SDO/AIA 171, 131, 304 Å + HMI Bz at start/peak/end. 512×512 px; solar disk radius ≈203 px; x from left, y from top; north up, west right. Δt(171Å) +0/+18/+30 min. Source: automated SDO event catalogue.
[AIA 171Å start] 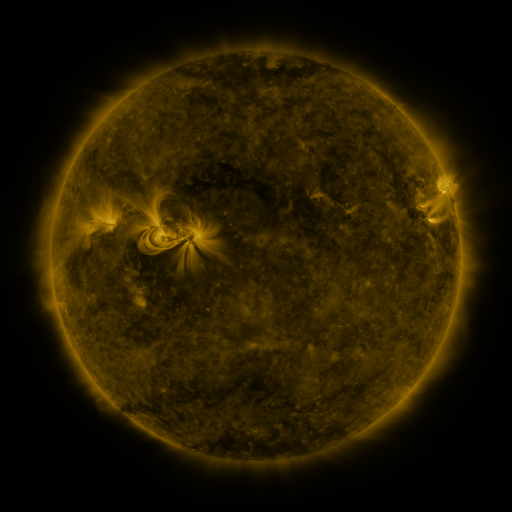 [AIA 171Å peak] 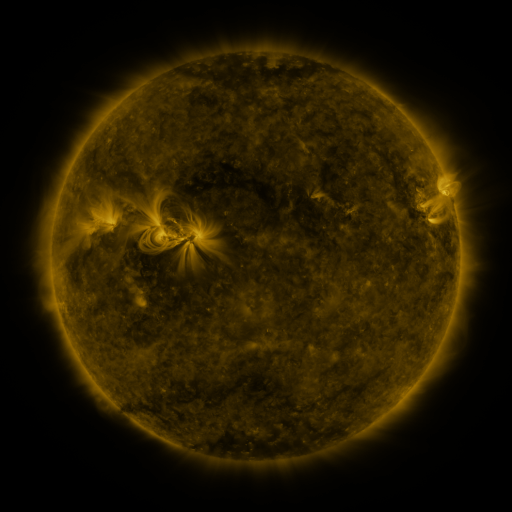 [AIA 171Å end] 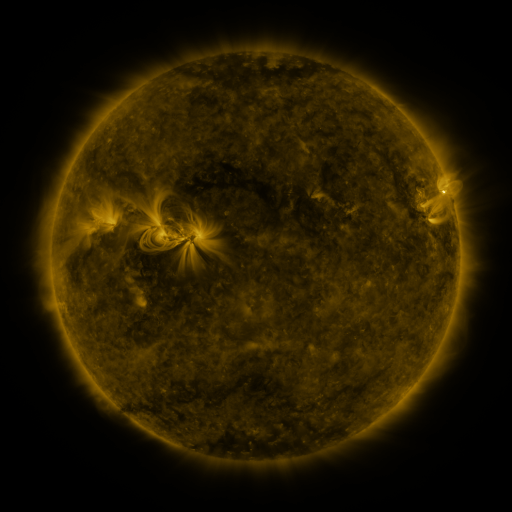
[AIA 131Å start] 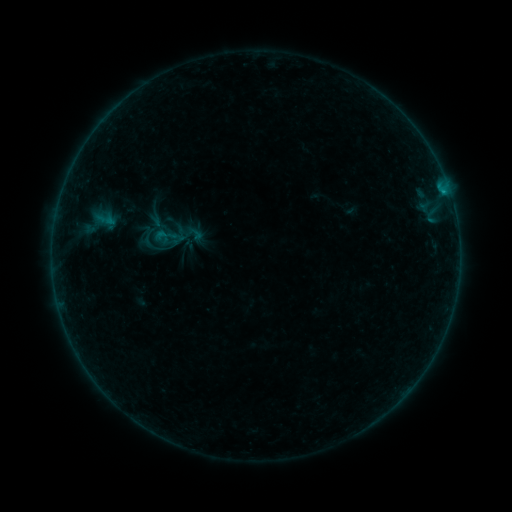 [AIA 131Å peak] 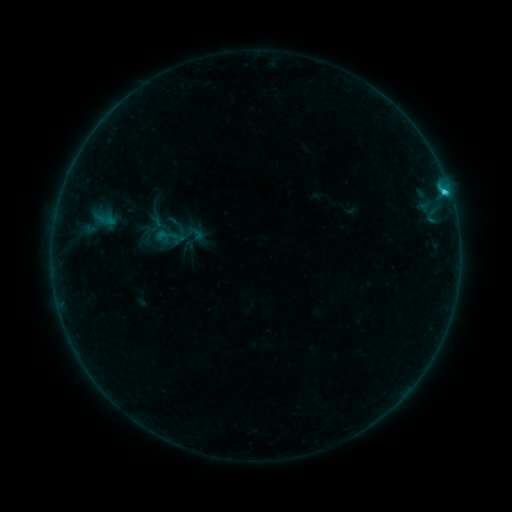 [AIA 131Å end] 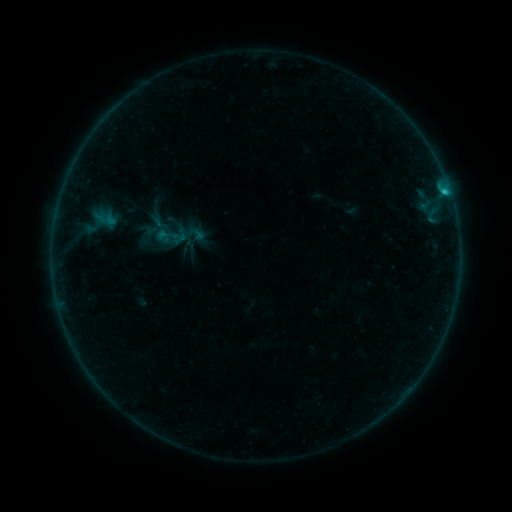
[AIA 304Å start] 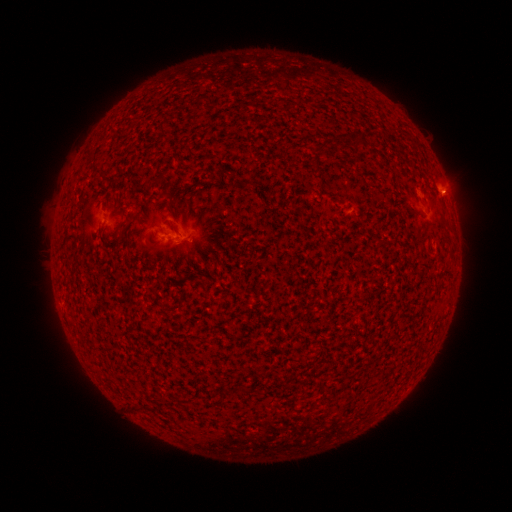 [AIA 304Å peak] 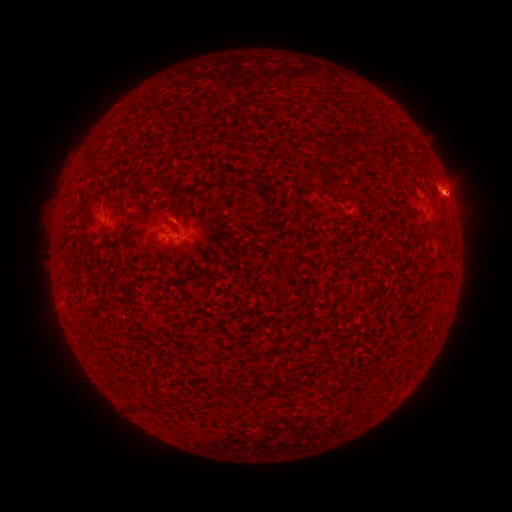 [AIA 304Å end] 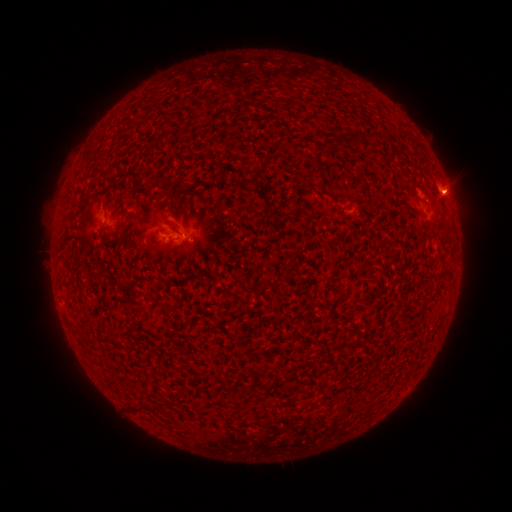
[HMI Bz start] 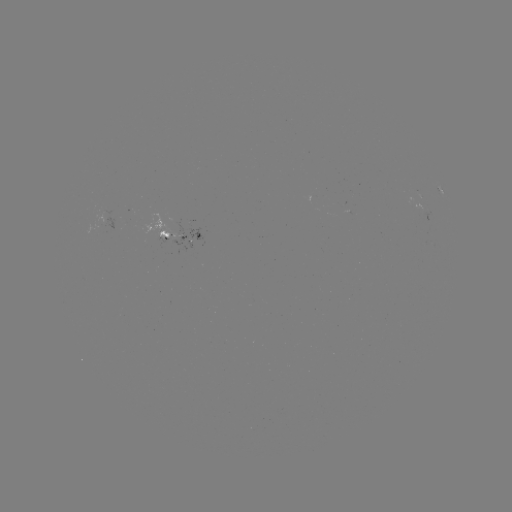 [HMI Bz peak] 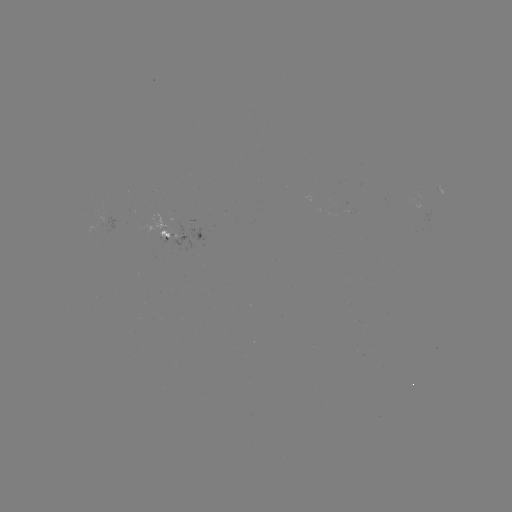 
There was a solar flare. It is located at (443, 193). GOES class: C1.2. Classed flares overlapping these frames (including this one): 1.